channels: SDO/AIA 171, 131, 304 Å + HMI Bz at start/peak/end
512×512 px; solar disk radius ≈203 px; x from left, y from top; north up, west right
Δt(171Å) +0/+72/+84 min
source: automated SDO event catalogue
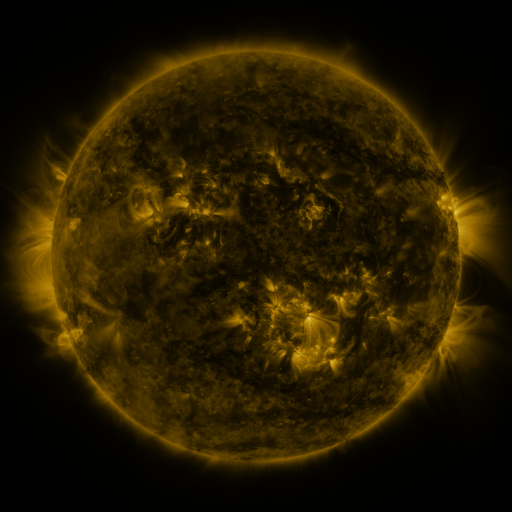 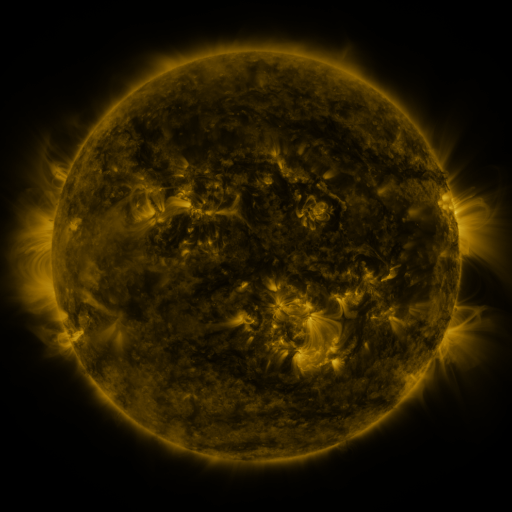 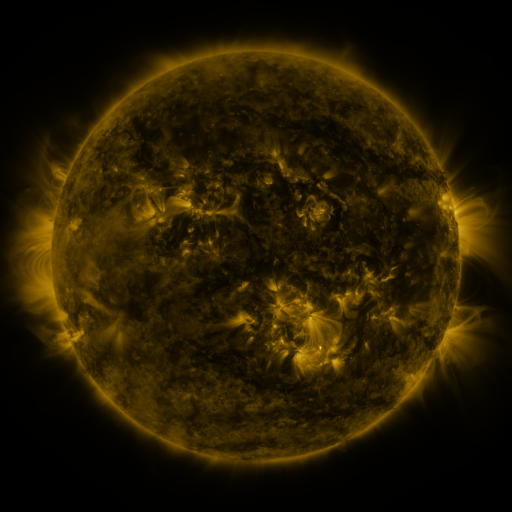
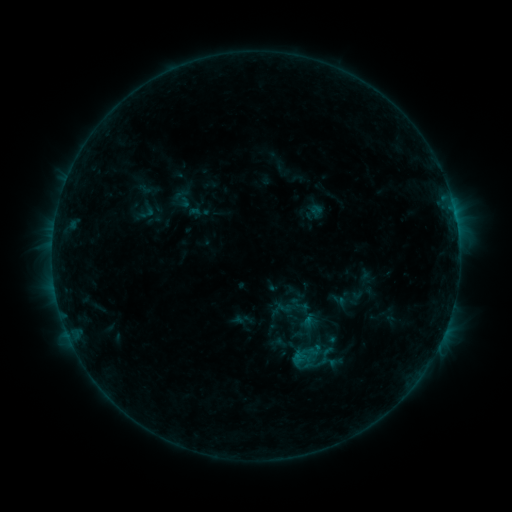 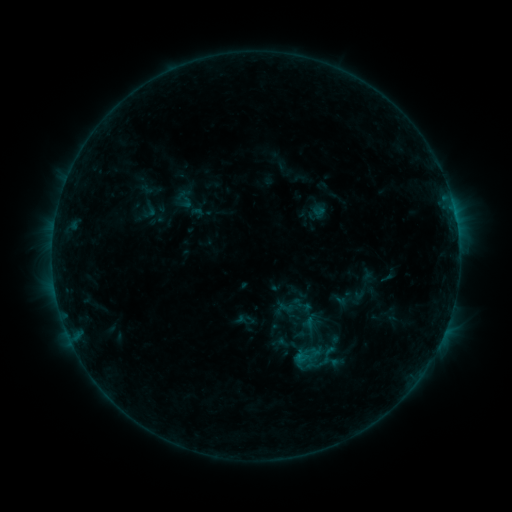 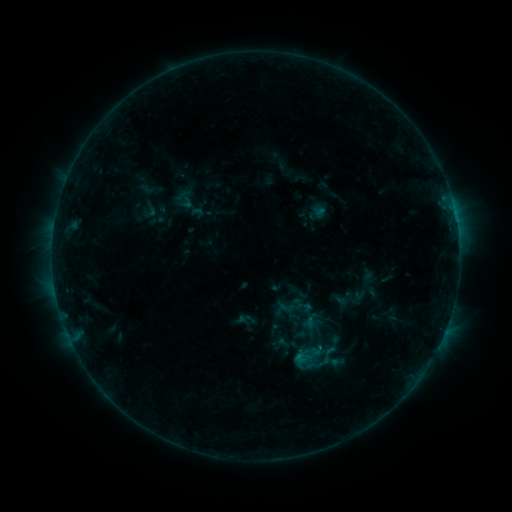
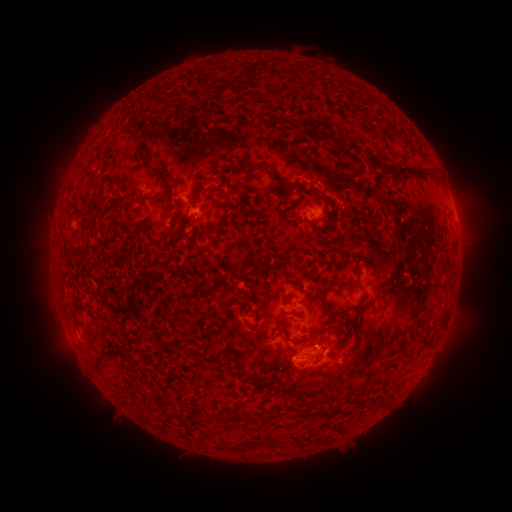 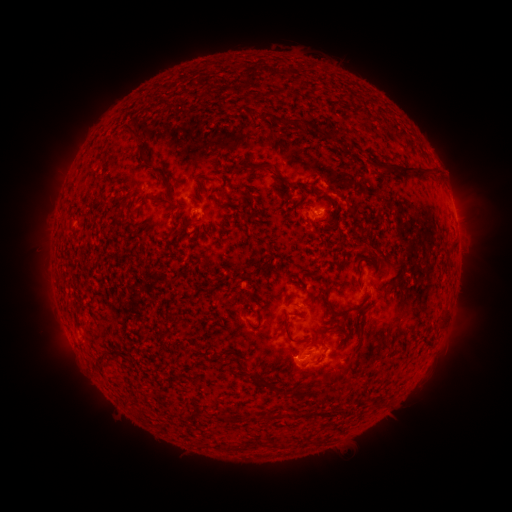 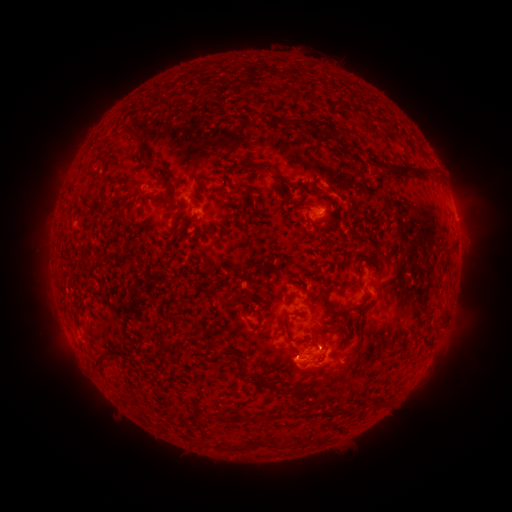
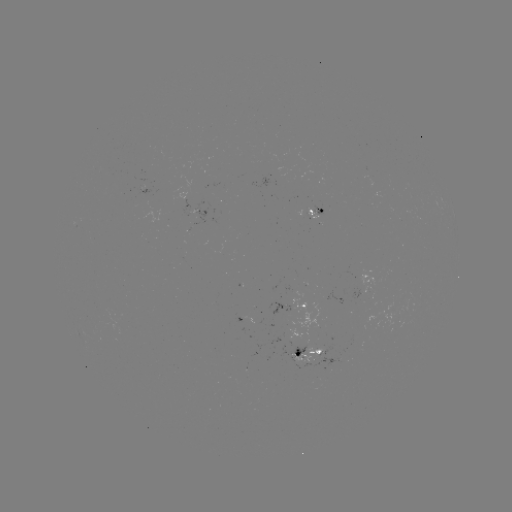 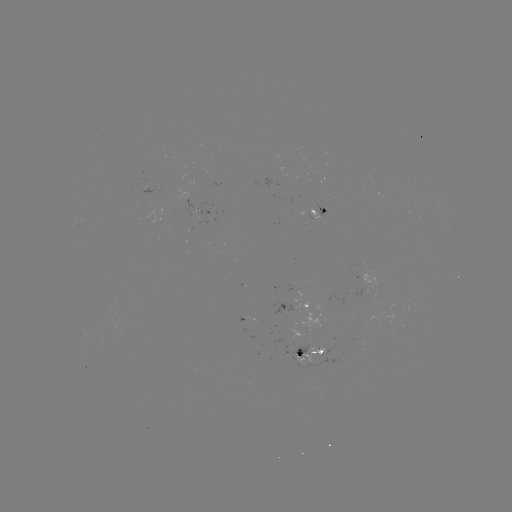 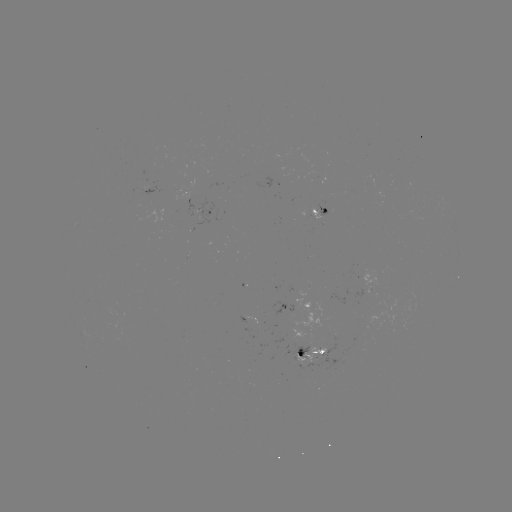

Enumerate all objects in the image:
emerging-flux region: (317, 354)
